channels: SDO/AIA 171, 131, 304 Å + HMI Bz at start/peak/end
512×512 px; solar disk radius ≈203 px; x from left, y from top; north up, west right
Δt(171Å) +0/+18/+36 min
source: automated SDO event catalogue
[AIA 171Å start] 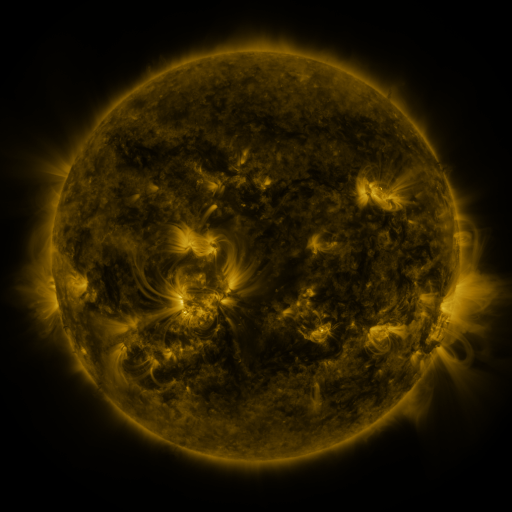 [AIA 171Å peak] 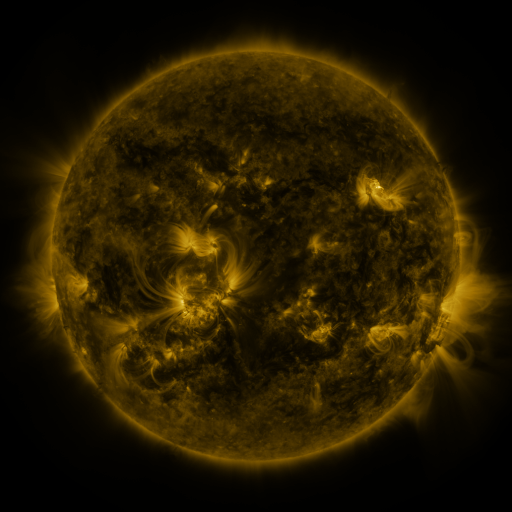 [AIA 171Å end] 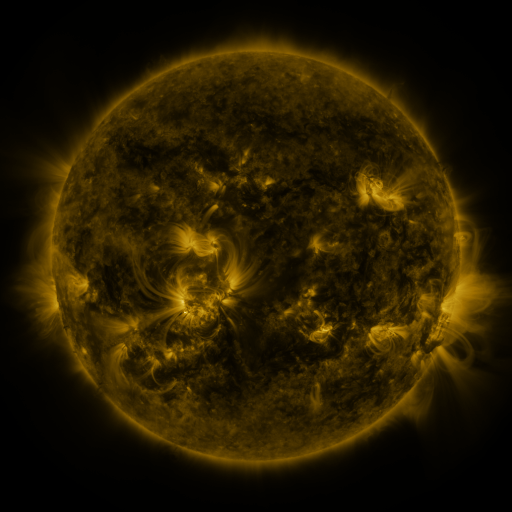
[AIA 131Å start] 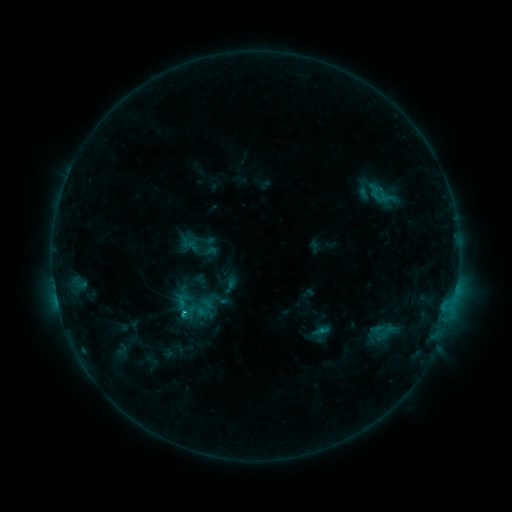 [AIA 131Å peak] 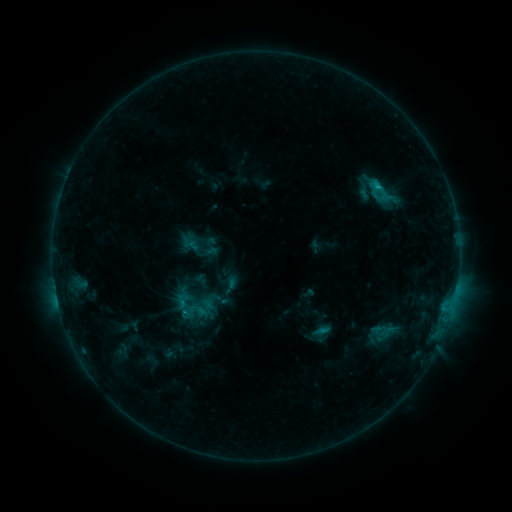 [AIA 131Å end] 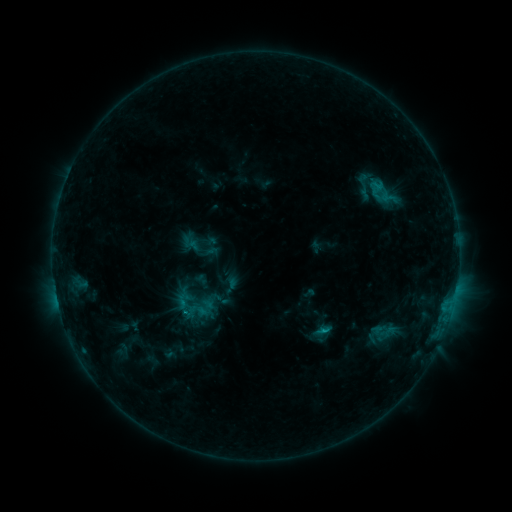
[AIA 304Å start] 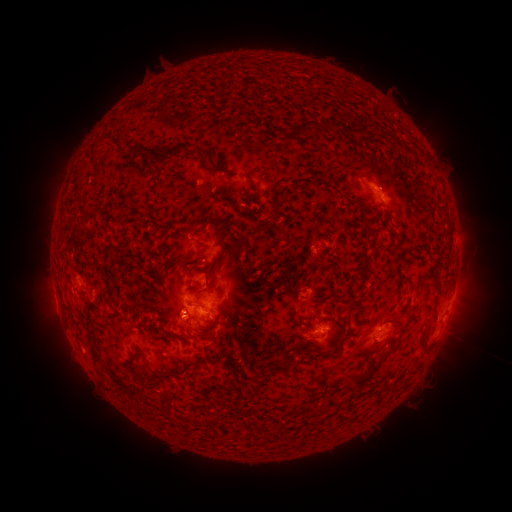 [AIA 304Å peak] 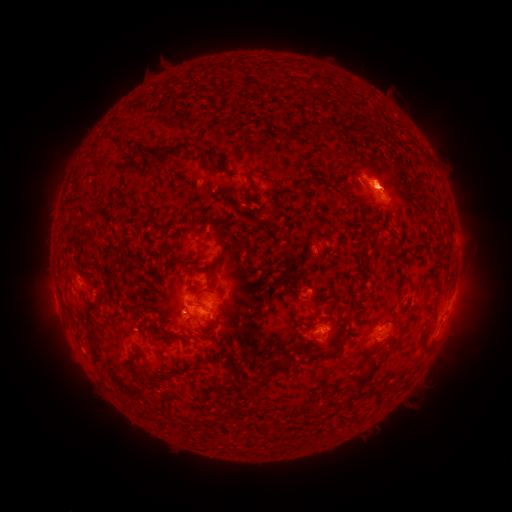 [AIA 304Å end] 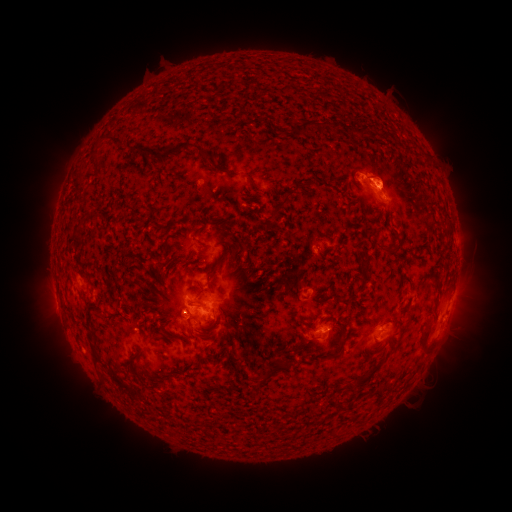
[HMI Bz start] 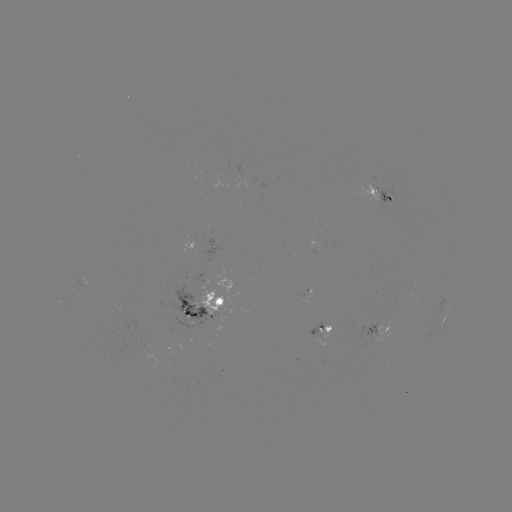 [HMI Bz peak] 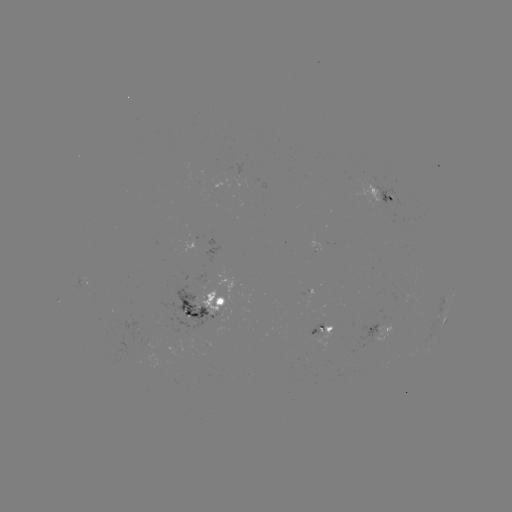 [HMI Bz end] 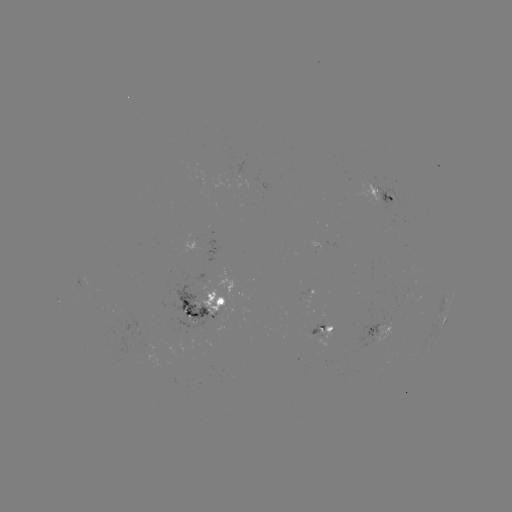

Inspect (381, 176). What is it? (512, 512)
eruption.